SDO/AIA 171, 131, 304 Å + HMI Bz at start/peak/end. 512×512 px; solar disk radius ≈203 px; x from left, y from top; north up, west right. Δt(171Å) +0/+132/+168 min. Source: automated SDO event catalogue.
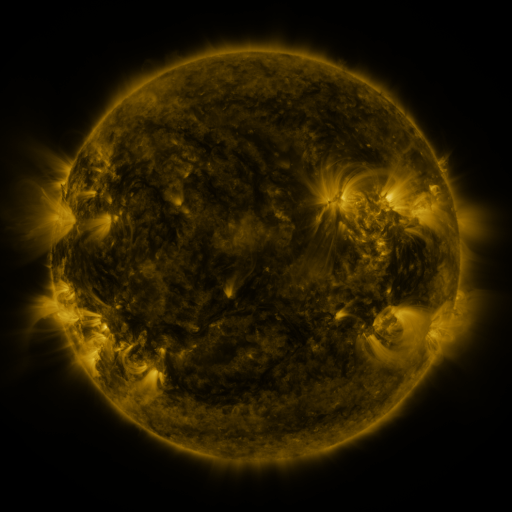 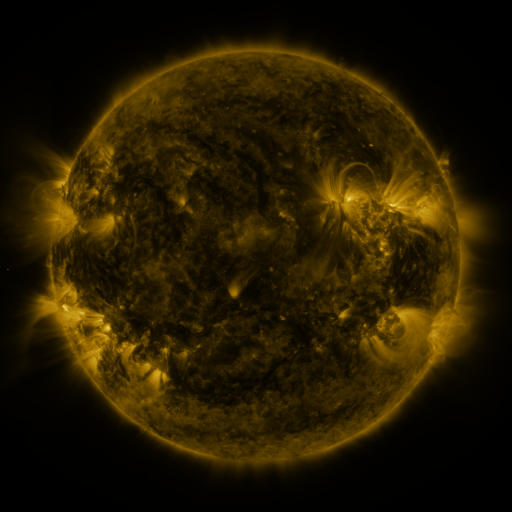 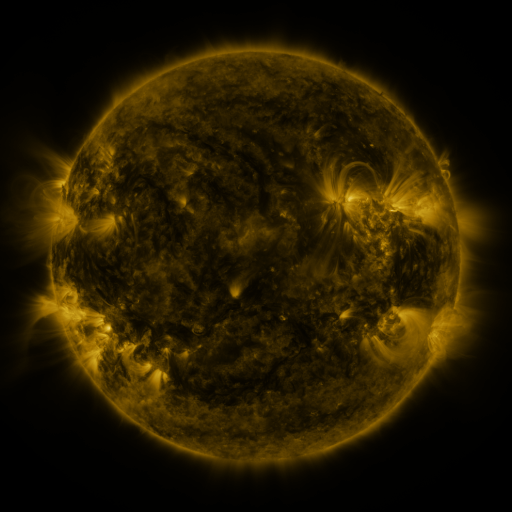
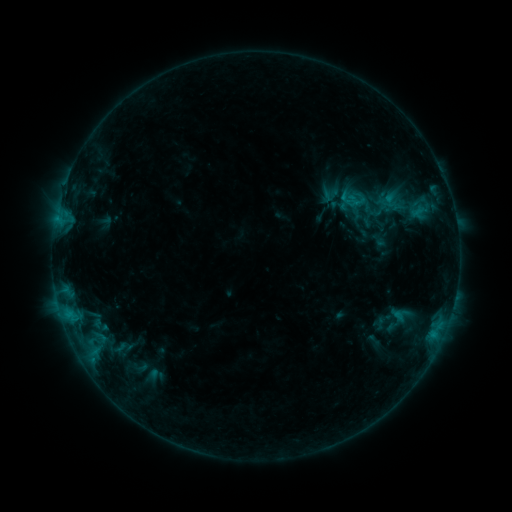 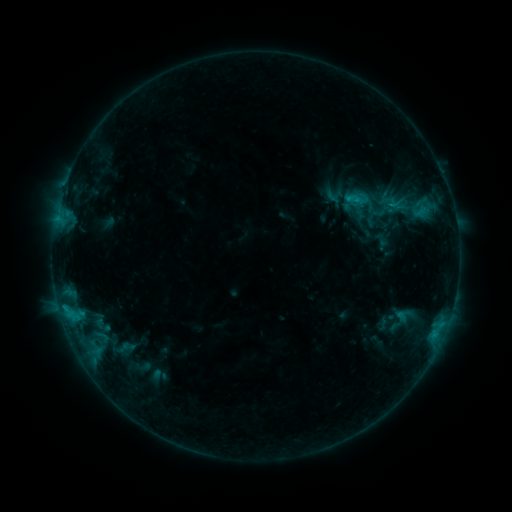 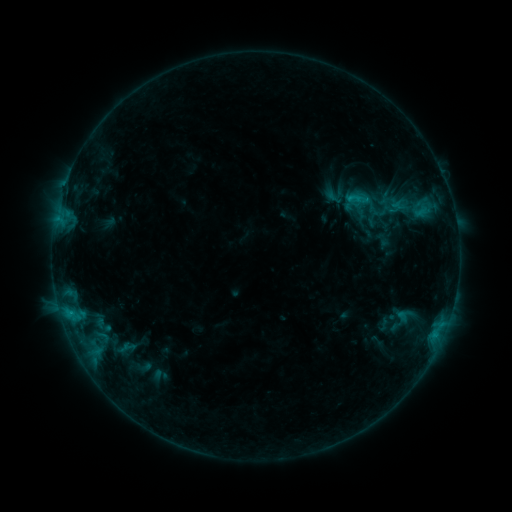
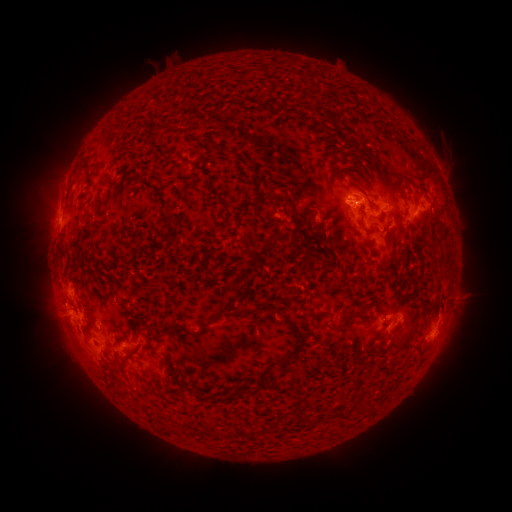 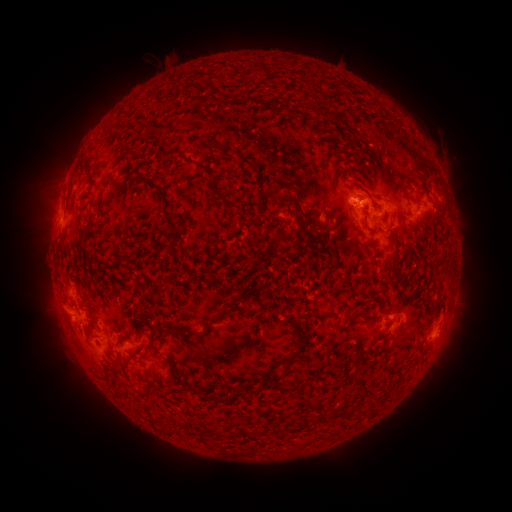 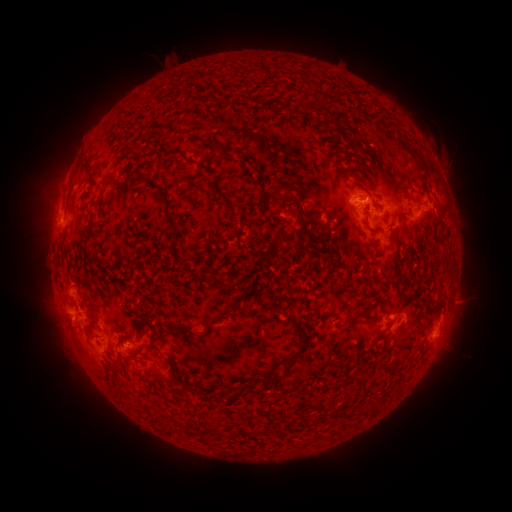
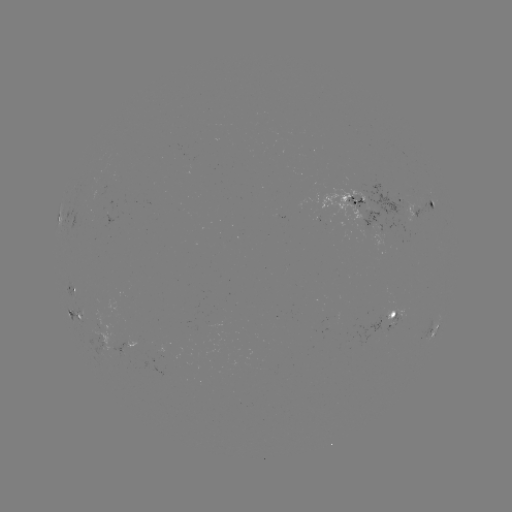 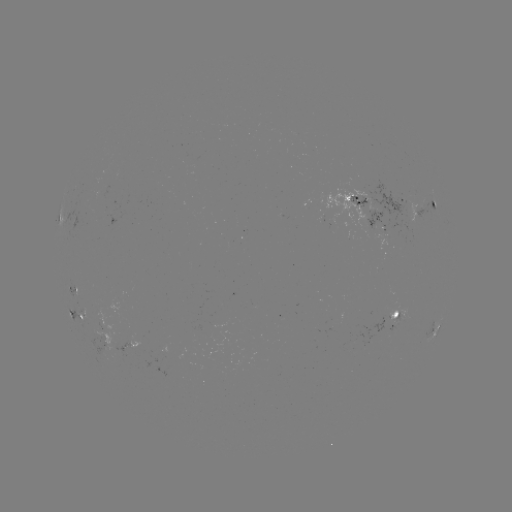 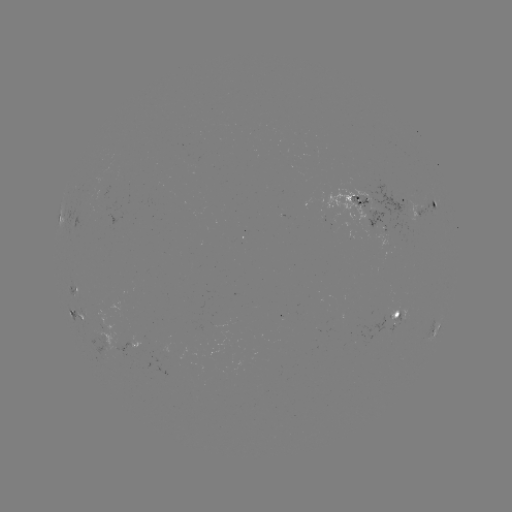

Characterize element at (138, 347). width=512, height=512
emerging-flux region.